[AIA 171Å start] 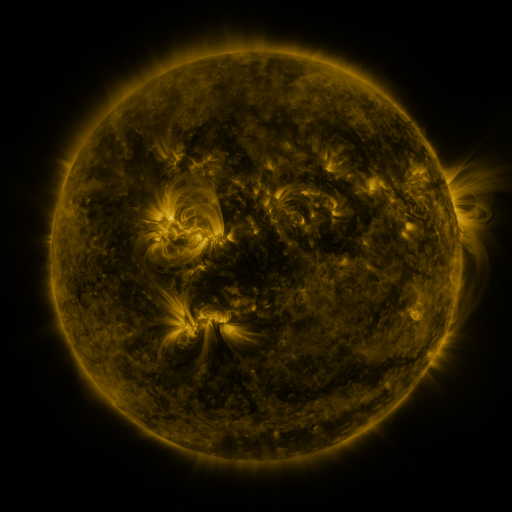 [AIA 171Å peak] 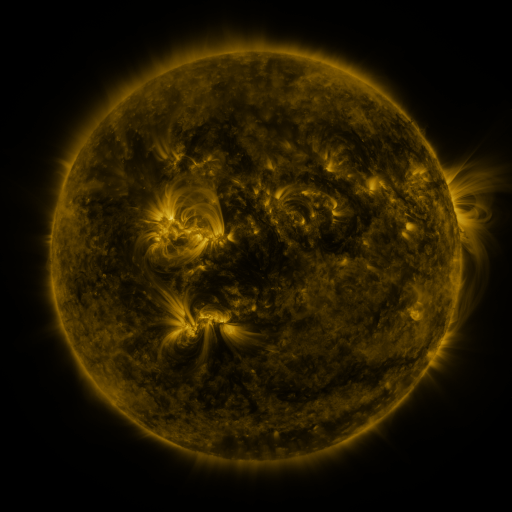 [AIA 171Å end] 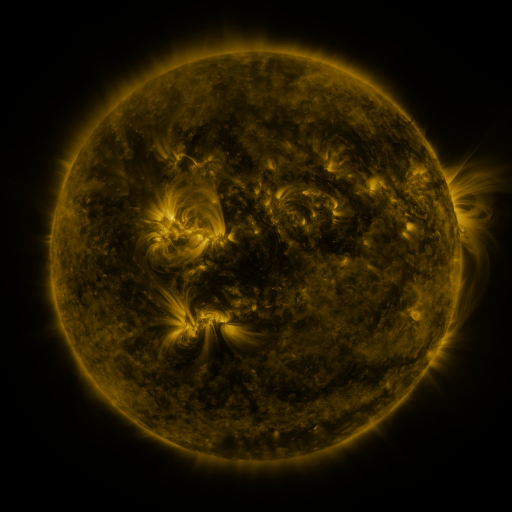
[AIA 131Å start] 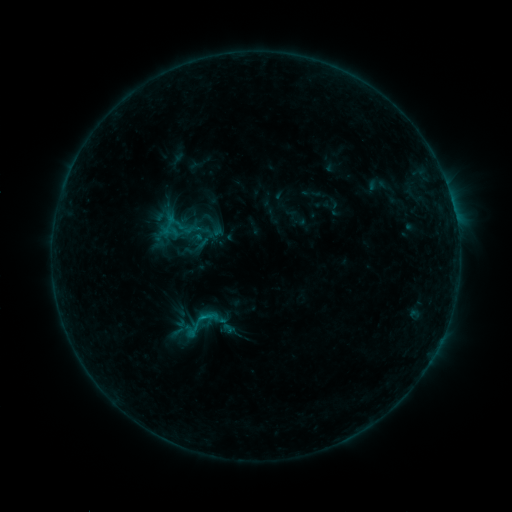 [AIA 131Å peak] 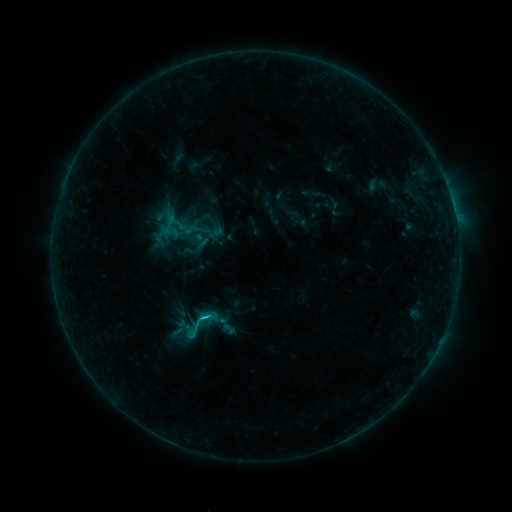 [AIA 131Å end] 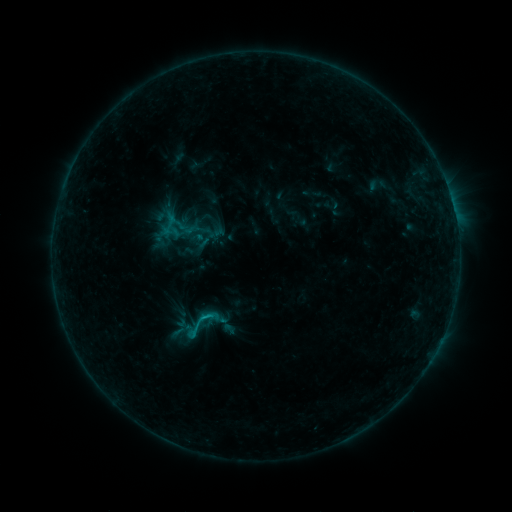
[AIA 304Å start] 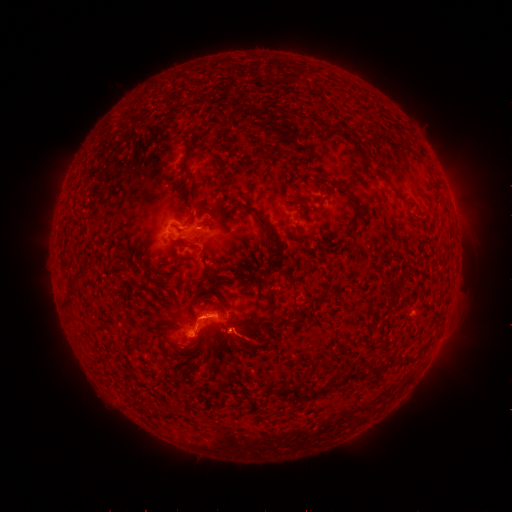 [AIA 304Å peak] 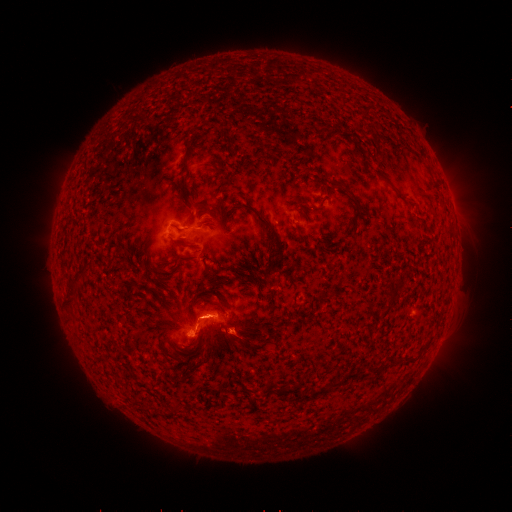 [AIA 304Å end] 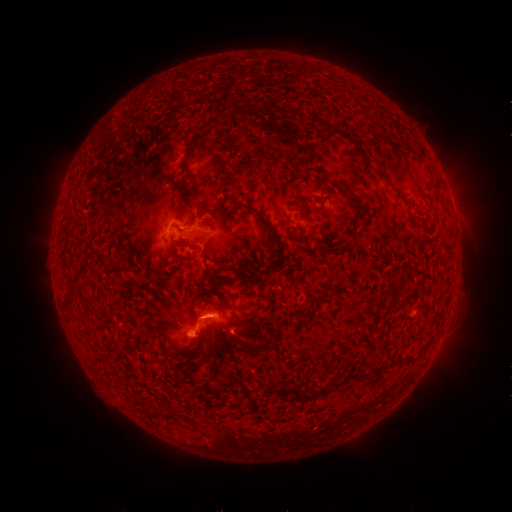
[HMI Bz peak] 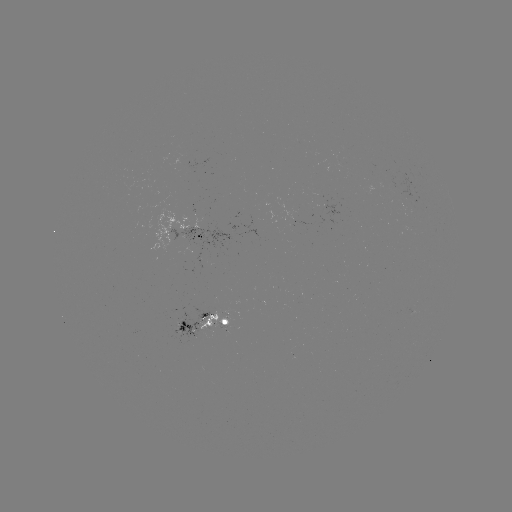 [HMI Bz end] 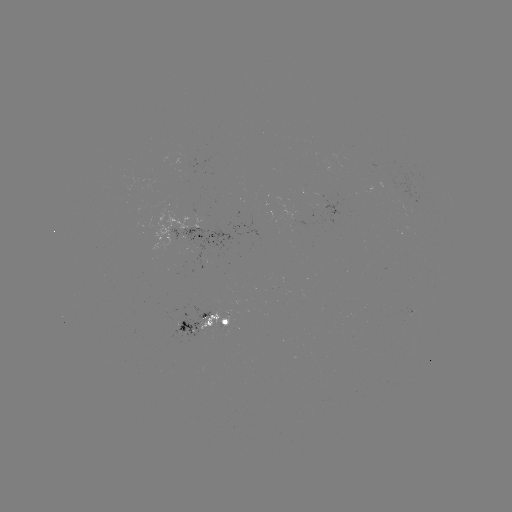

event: flare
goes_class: C1.2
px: (206, 314)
